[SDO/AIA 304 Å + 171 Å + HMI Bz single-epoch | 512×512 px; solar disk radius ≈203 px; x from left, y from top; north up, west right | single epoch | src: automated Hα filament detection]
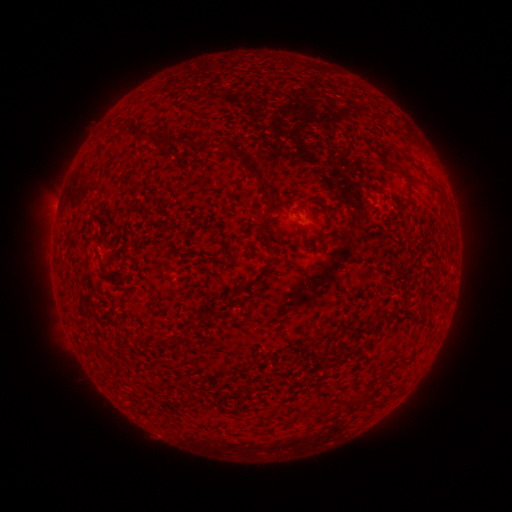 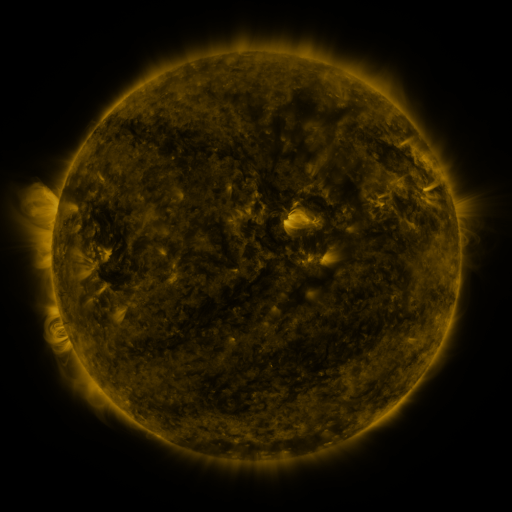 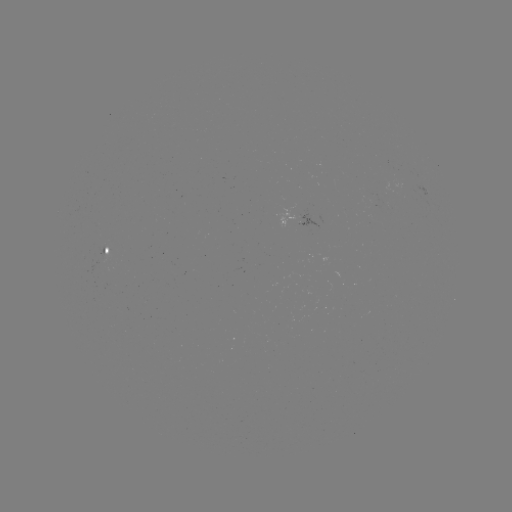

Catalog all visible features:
filament: (144, 137)
filament: (161, 139)
filament: (187, 144)
filament: (376, 152)
filament: (248, 163)
filament: (407, 173)
filament: (263, 222)
filament: (64, 293)
filament: (173, 342)
filament: (190, 397)
